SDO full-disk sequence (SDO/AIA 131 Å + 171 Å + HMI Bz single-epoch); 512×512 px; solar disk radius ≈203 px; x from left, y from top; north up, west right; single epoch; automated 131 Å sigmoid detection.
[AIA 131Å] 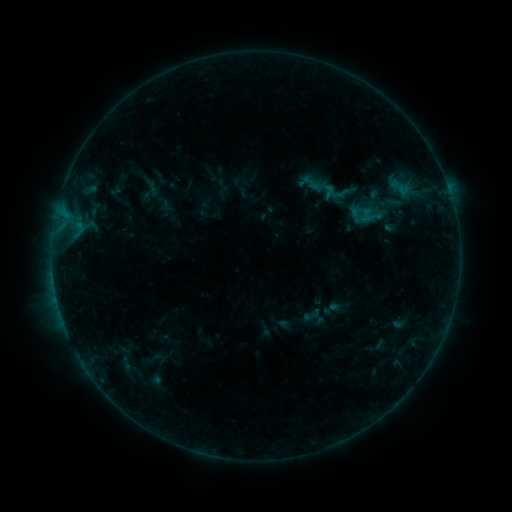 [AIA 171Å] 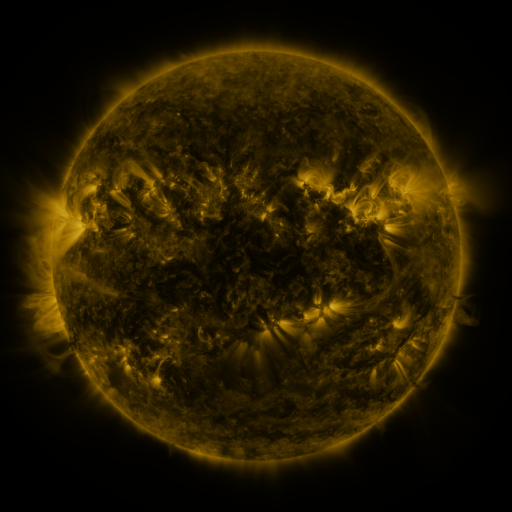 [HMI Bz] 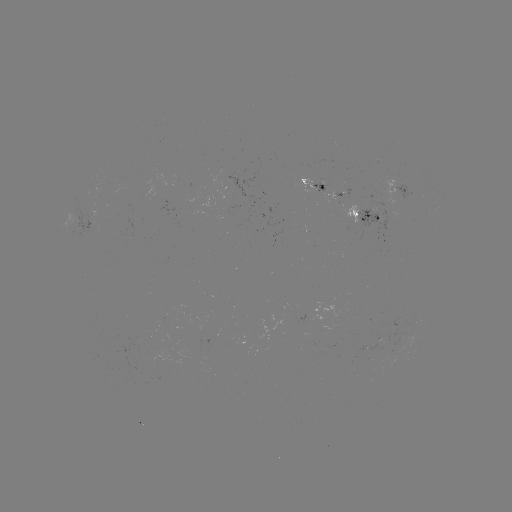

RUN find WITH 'sigmoid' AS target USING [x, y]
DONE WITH [312, 315] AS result